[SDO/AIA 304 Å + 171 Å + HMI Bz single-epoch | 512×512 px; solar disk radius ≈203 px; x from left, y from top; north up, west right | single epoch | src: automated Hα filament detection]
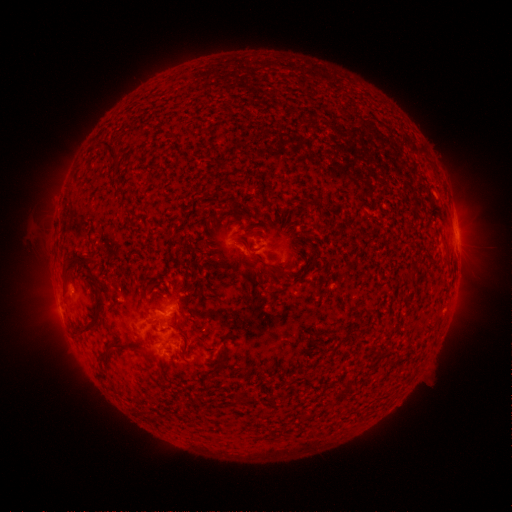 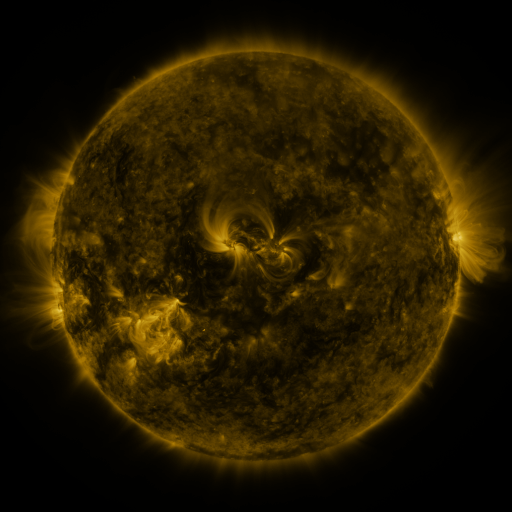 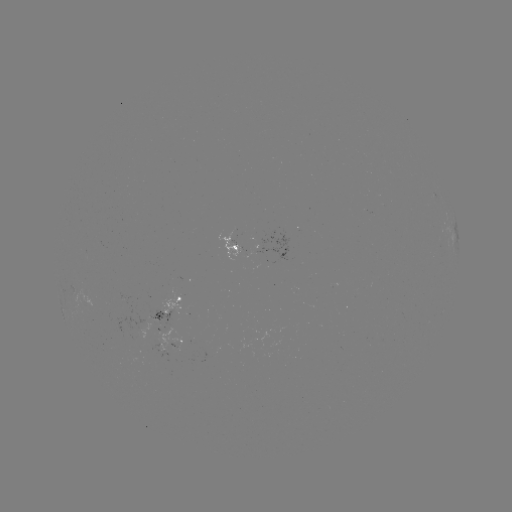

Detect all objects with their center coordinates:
filament: (111, 148)
filament: (239, 239)
filament: (87, 266)
filament: (282, 271)
filament: (157, 292)
filament: (95, 319)
filament: (115, 344)
